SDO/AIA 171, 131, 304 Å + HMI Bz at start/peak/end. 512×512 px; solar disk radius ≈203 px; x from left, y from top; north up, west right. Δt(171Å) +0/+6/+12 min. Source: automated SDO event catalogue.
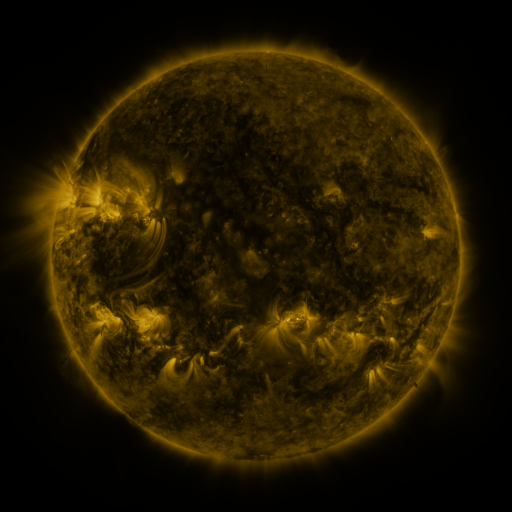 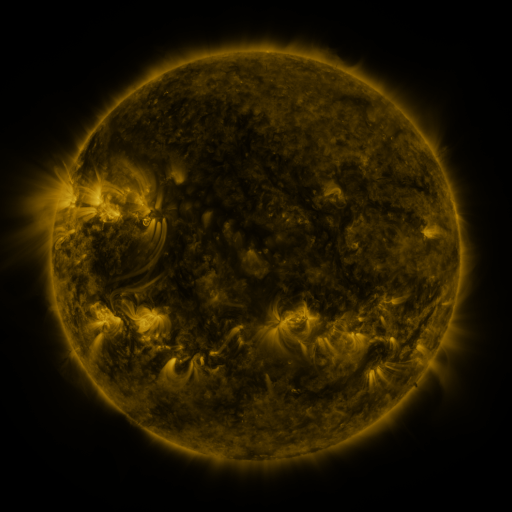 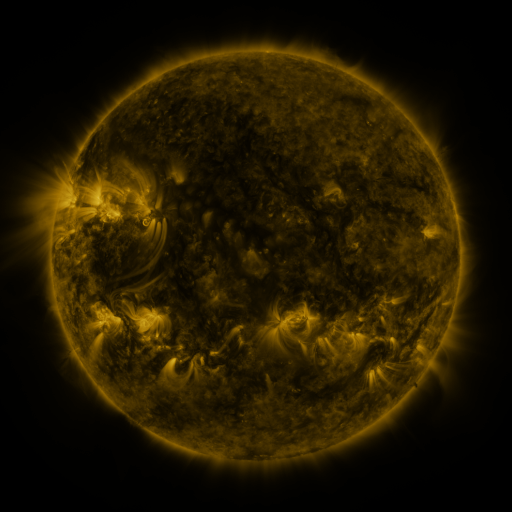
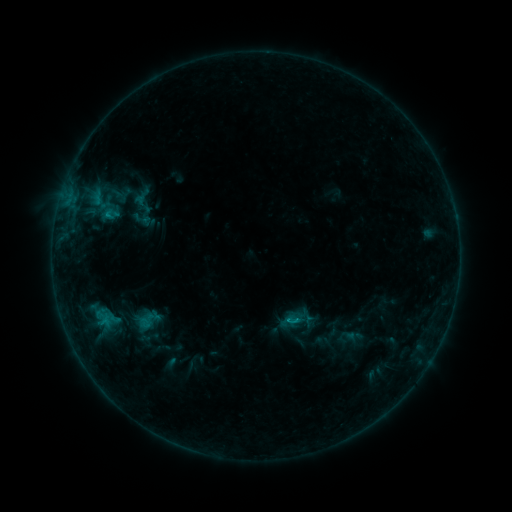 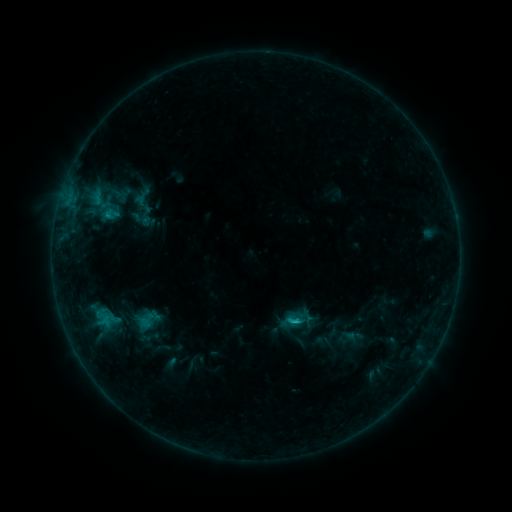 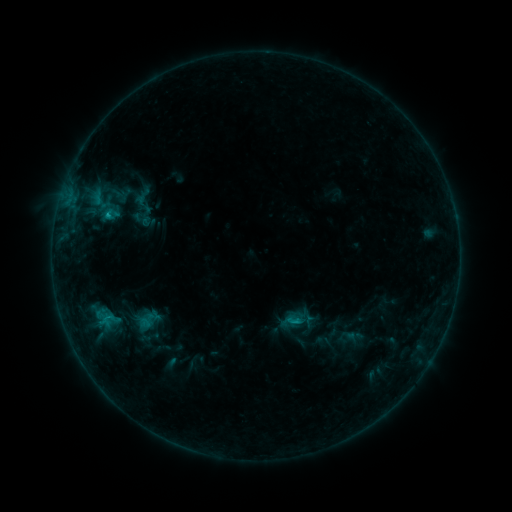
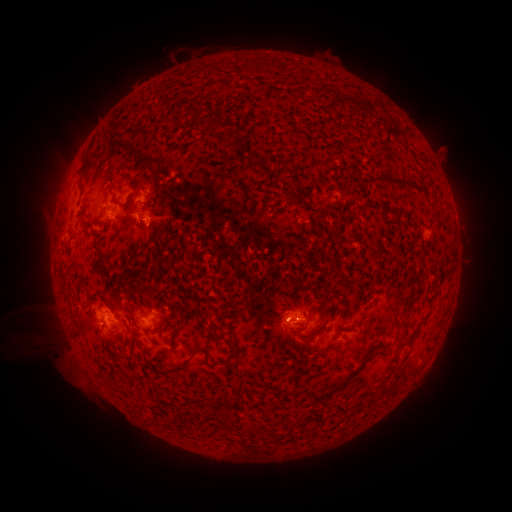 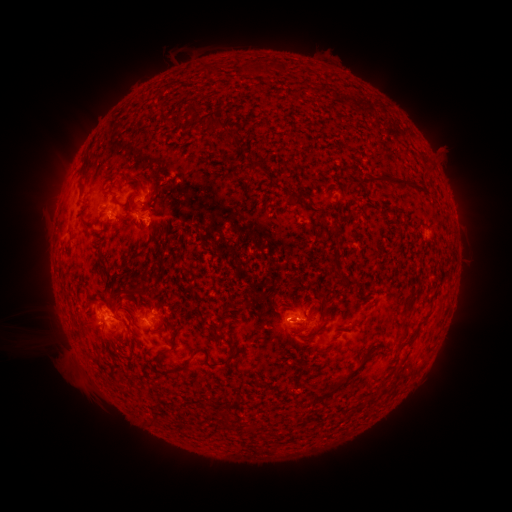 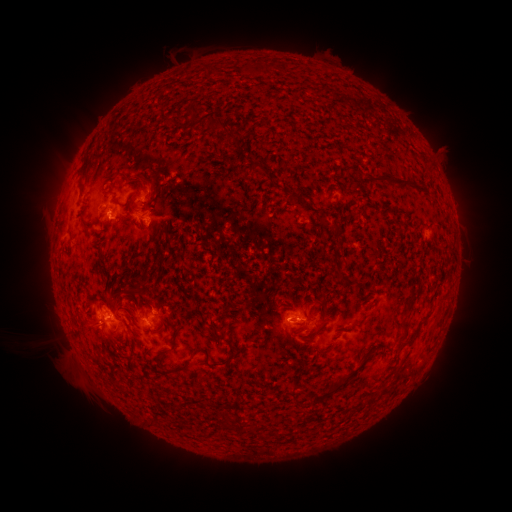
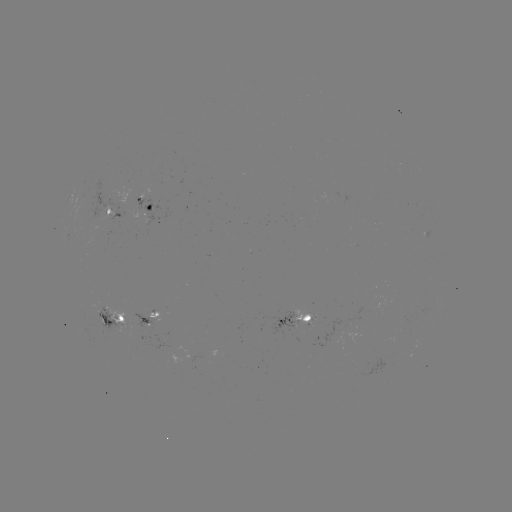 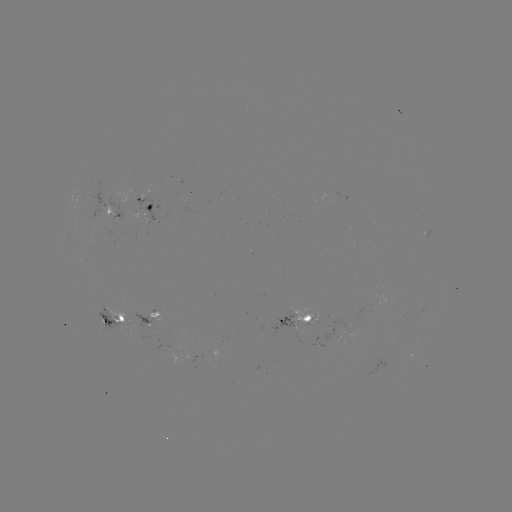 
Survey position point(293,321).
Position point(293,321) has C1.1 flare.